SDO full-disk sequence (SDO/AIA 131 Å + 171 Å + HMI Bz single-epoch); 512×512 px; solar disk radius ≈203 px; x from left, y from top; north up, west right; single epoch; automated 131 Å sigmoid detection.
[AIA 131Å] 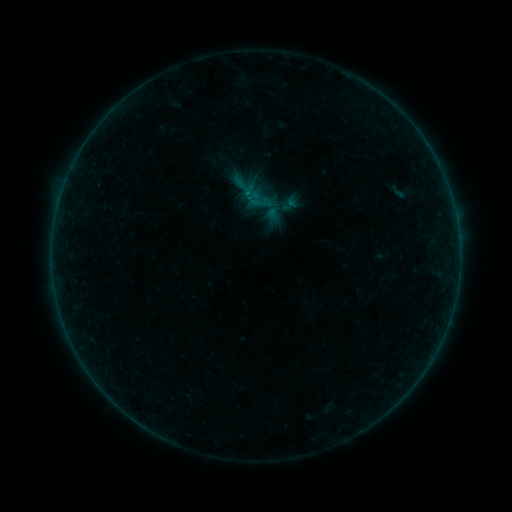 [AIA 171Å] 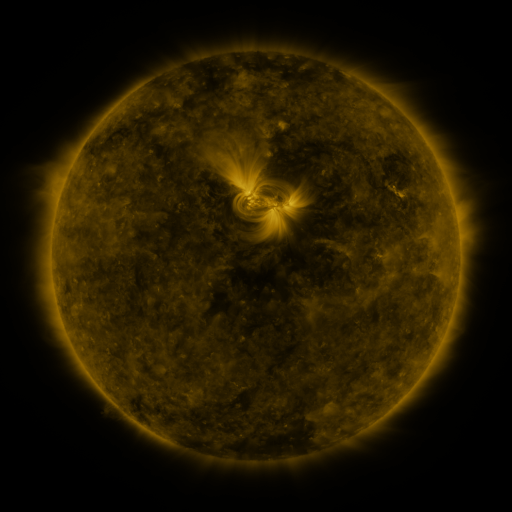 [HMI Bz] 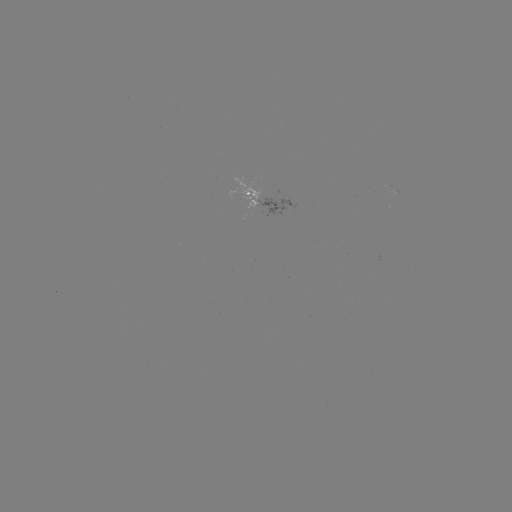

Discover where sigmoid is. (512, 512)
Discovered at [244, 187].